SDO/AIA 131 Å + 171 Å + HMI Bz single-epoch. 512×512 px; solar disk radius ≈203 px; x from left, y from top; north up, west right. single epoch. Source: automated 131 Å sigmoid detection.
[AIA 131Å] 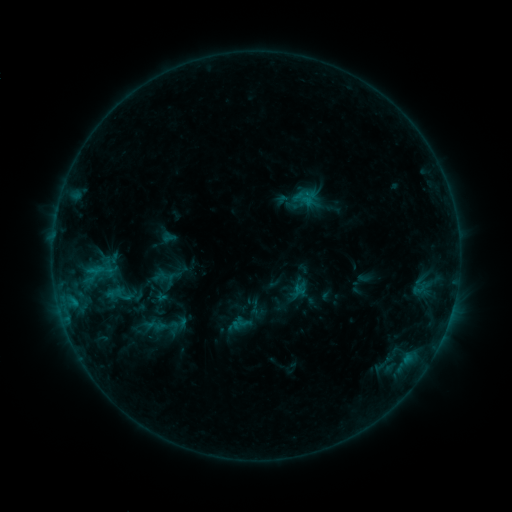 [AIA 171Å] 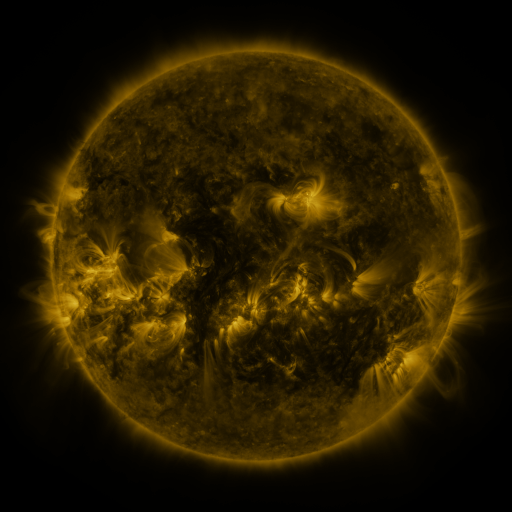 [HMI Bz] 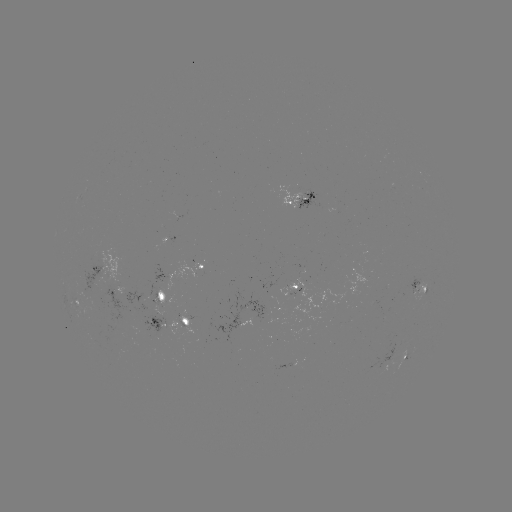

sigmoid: <bbox>147, 313, 185, 341</bbox>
